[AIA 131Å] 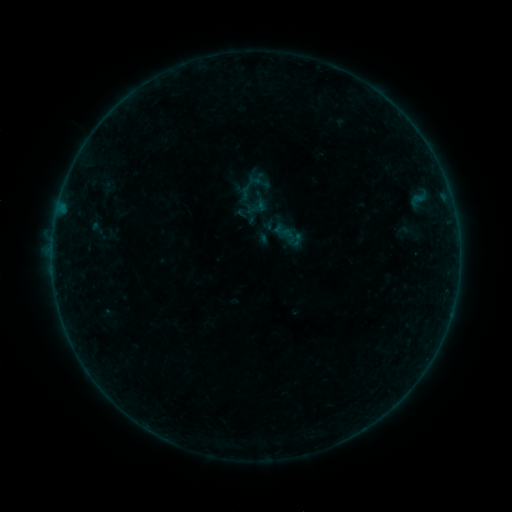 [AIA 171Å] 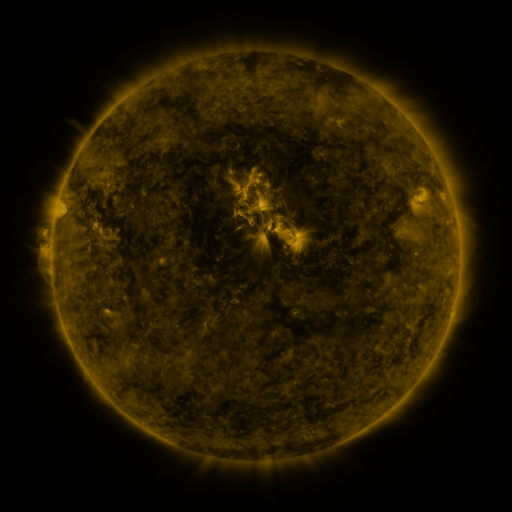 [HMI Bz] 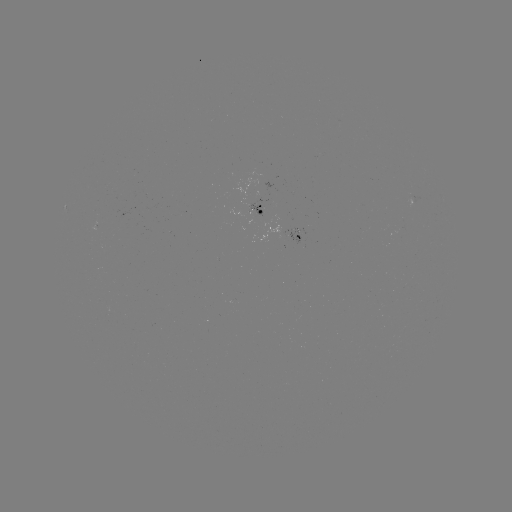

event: sigmoid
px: (283, 231)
